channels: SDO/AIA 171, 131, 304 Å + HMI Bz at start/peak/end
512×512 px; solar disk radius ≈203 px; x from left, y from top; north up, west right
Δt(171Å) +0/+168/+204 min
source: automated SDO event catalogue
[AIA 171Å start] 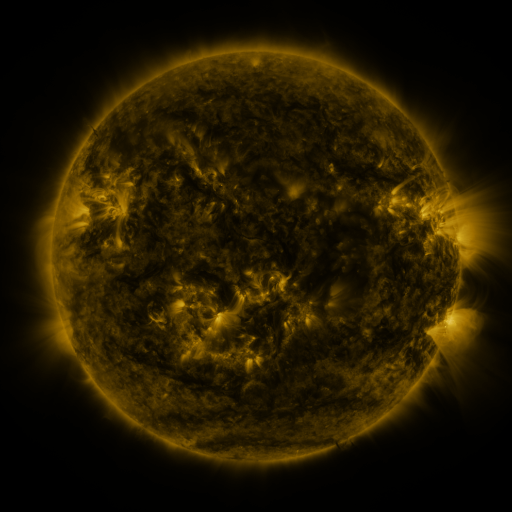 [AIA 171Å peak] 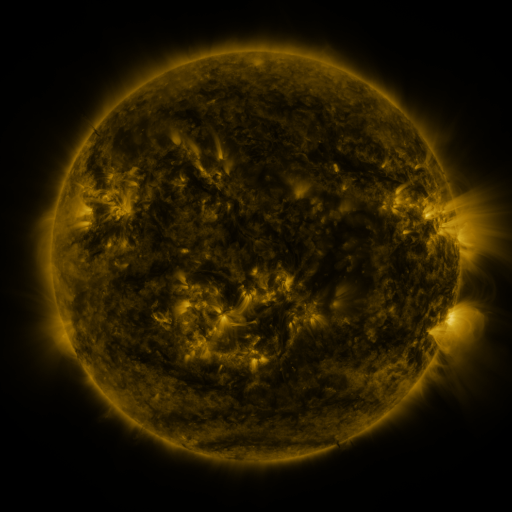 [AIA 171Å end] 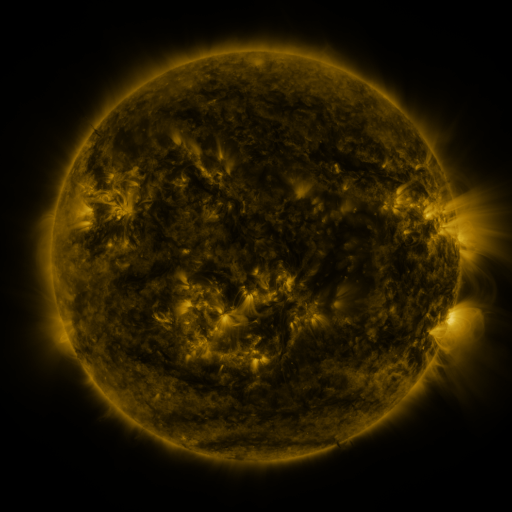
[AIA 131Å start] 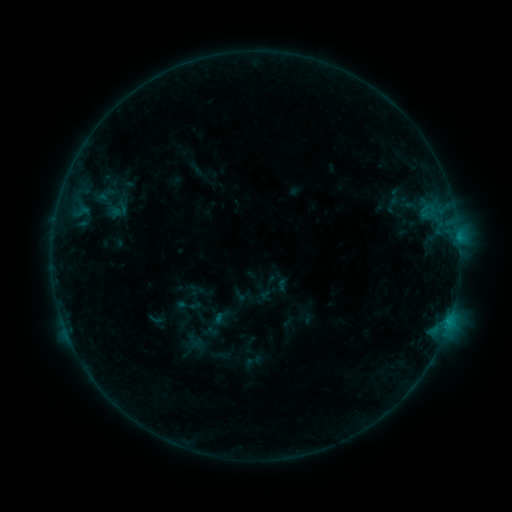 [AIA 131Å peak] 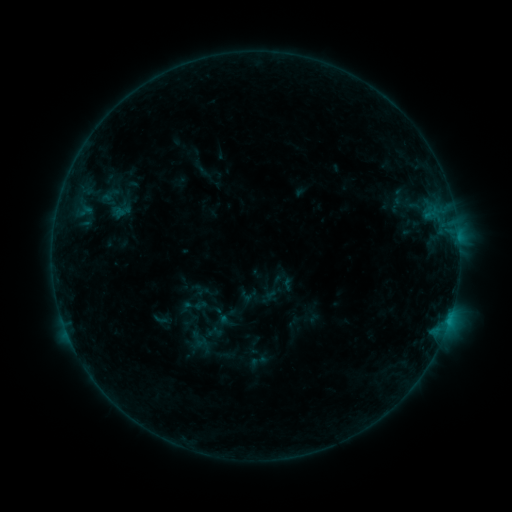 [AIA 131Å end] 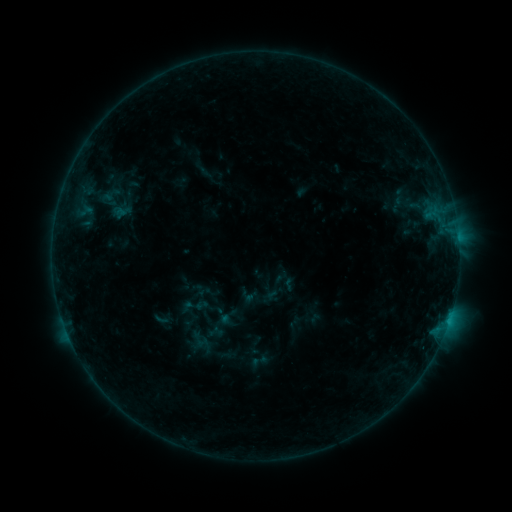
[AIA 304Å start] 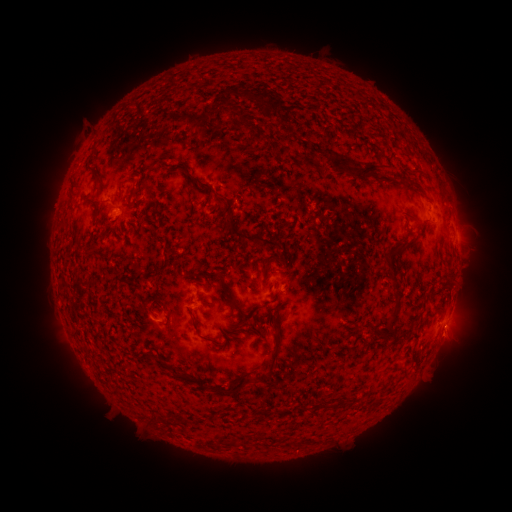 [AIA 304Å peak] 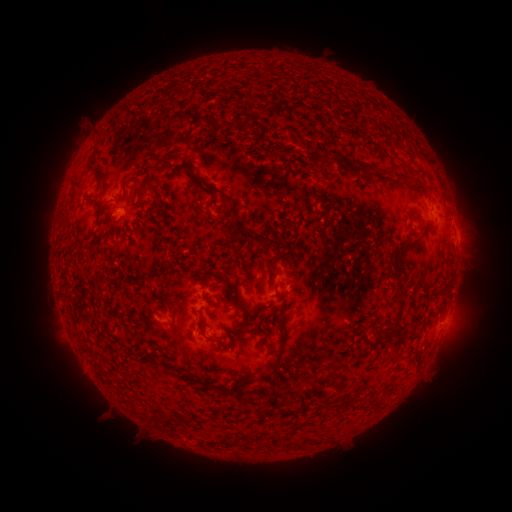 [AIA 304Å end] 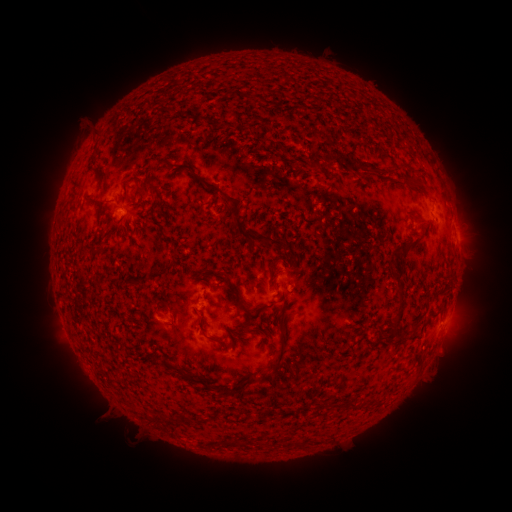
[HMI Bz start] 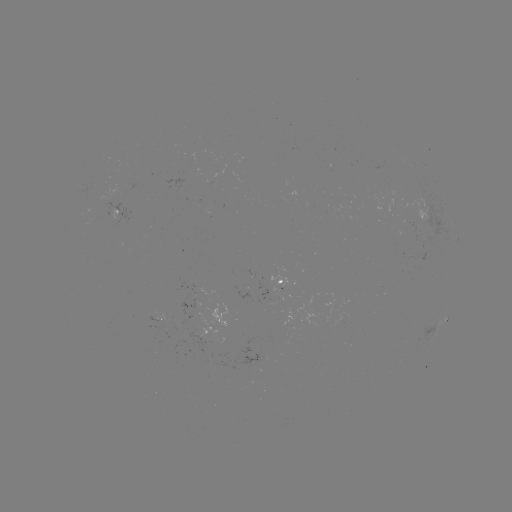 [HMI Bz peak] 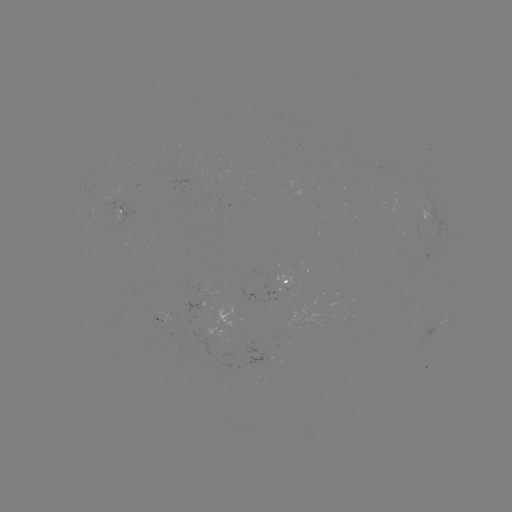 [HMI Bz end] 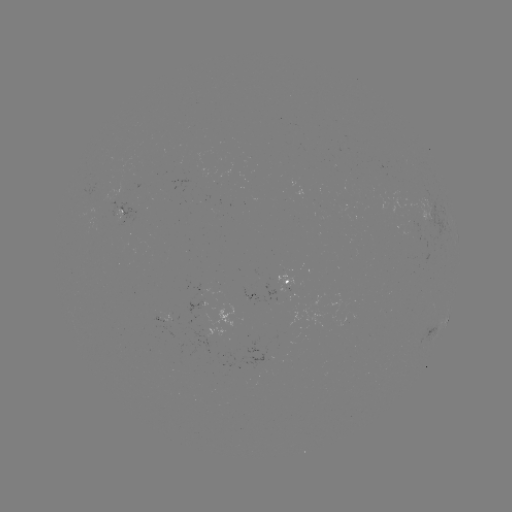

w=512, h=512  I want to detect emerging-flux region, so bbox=[158, 313, 172, 327].